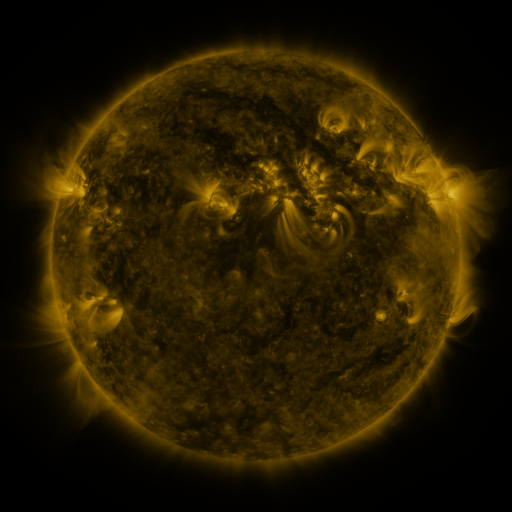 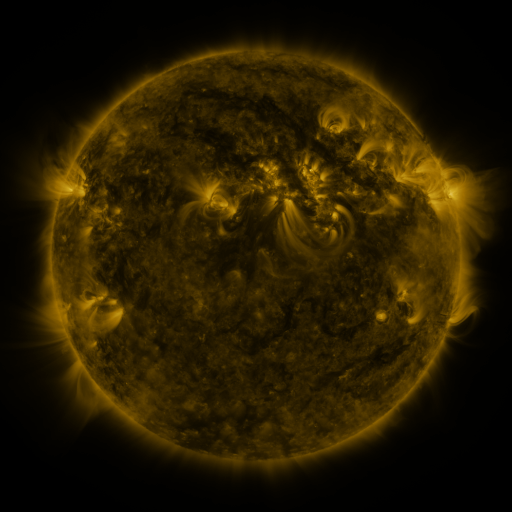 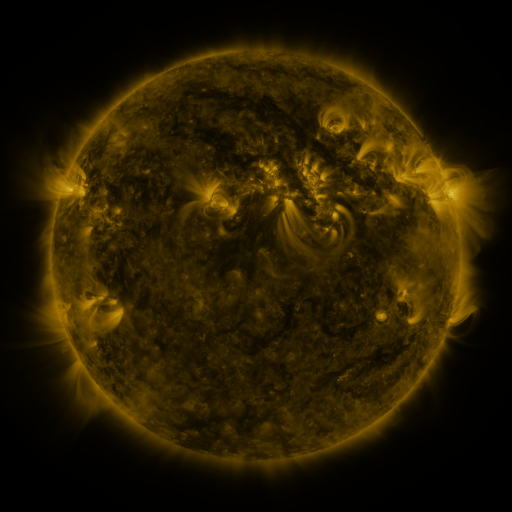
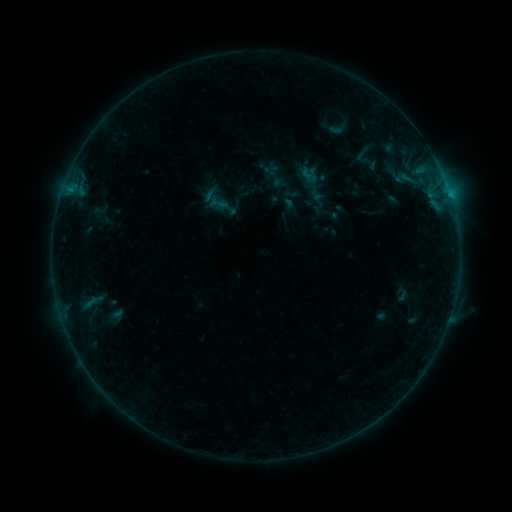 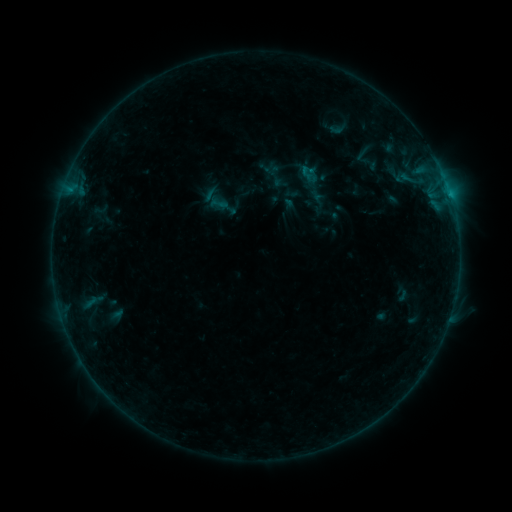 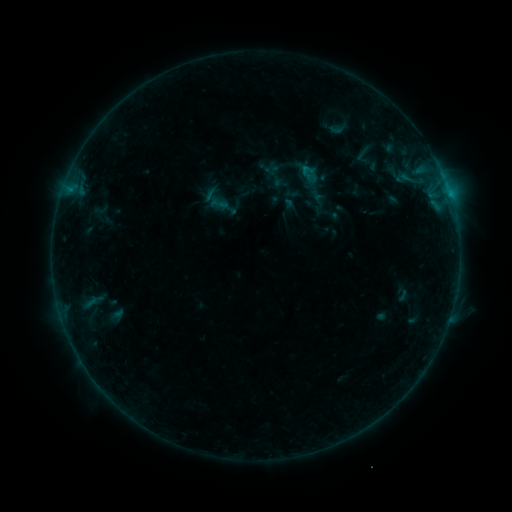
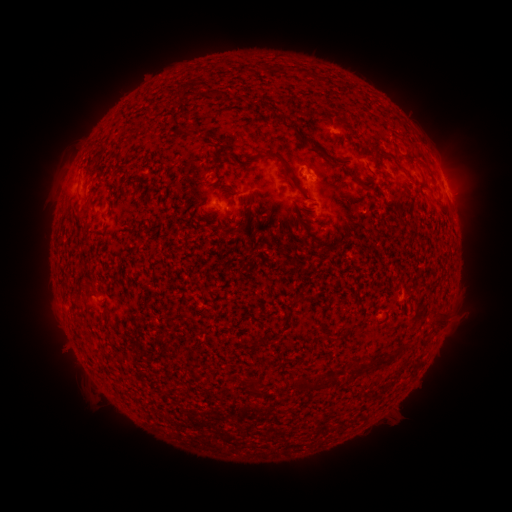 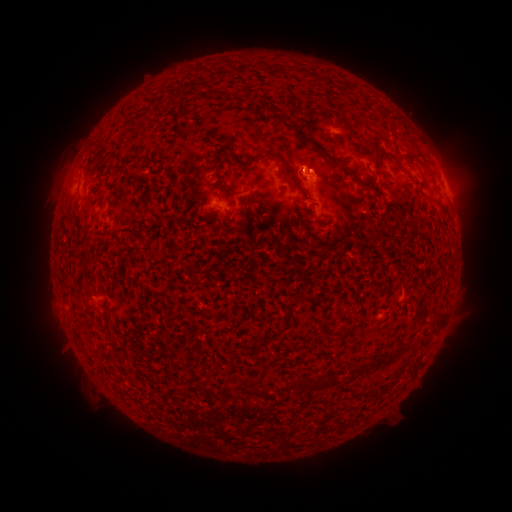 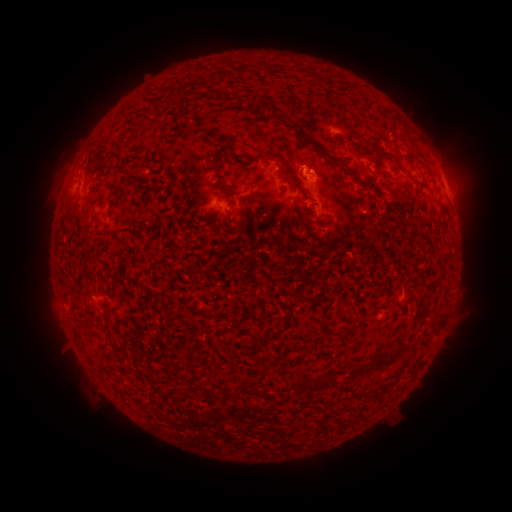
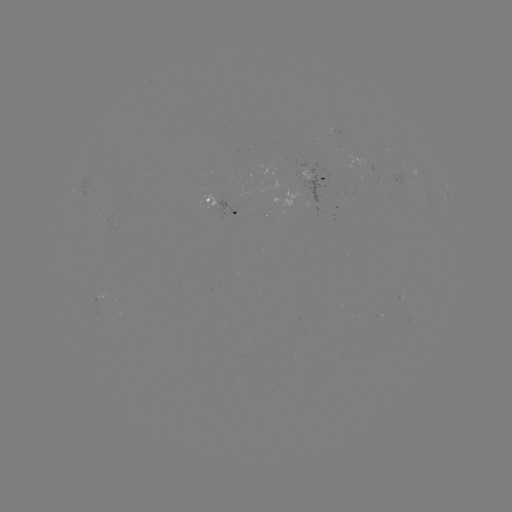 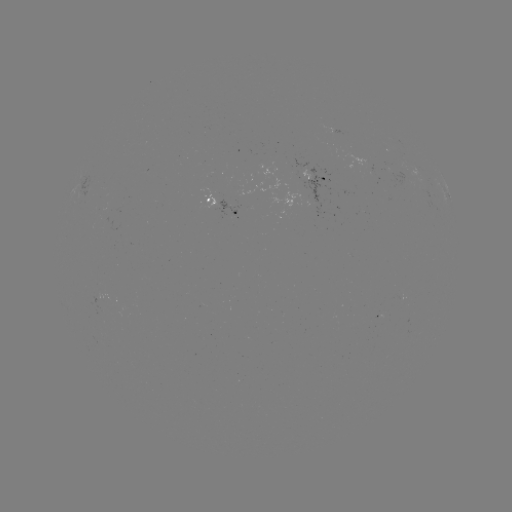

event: flare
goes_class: B3.2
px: (447, 189)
